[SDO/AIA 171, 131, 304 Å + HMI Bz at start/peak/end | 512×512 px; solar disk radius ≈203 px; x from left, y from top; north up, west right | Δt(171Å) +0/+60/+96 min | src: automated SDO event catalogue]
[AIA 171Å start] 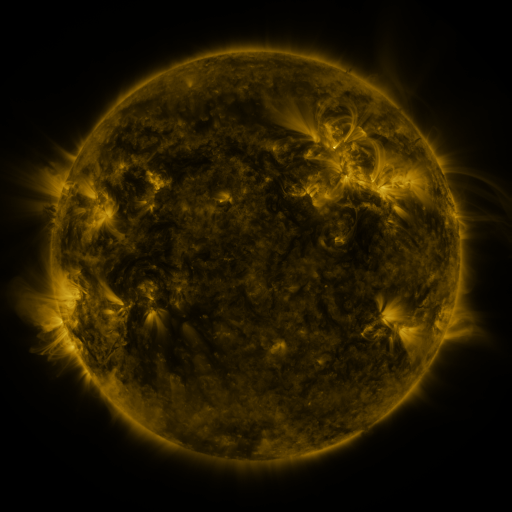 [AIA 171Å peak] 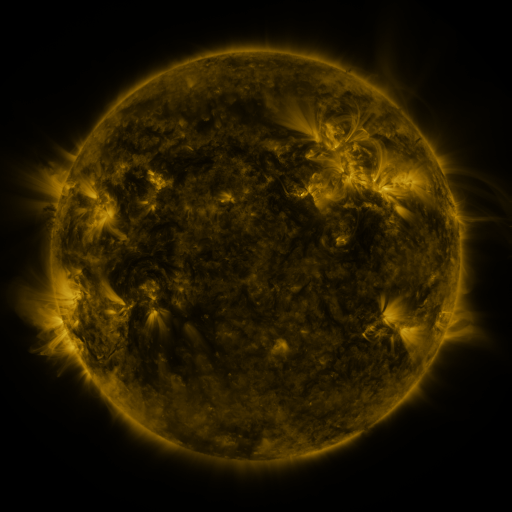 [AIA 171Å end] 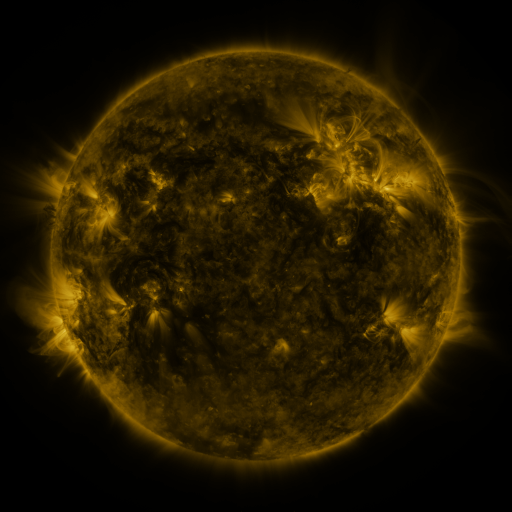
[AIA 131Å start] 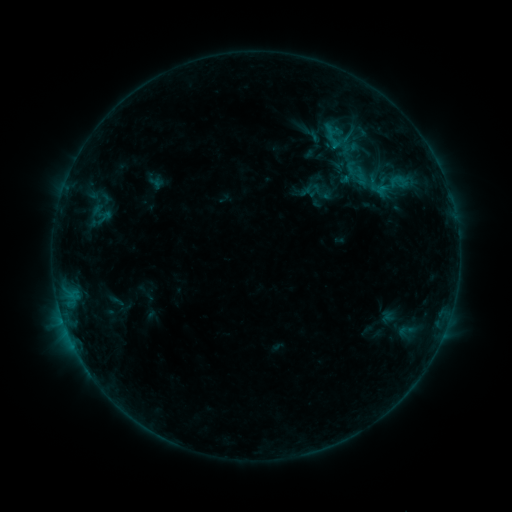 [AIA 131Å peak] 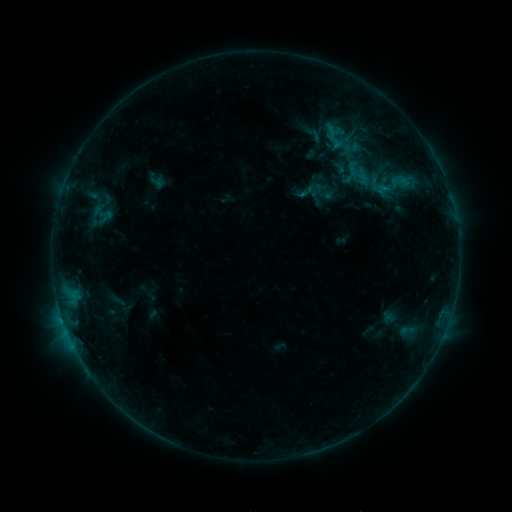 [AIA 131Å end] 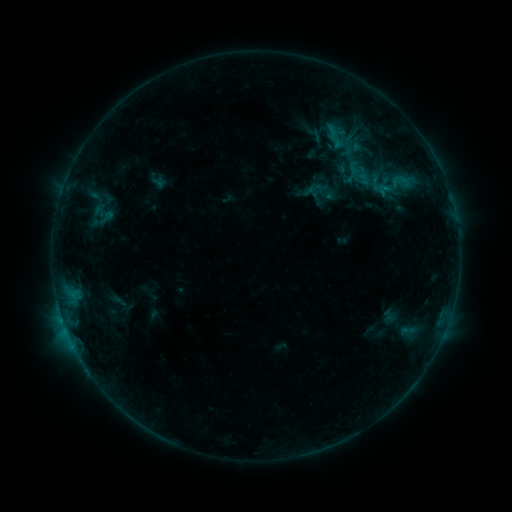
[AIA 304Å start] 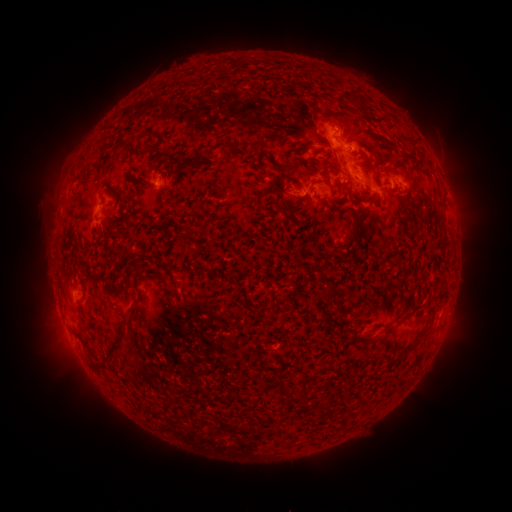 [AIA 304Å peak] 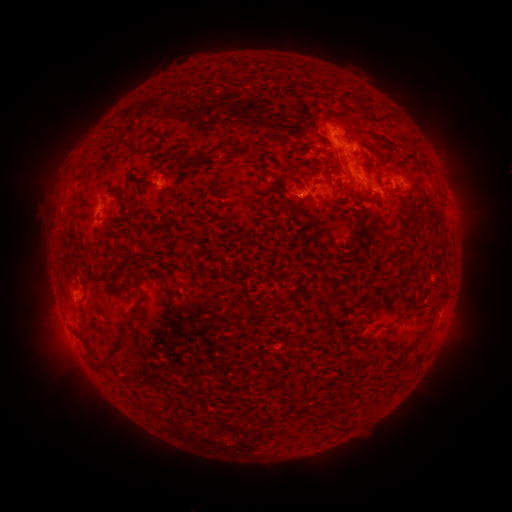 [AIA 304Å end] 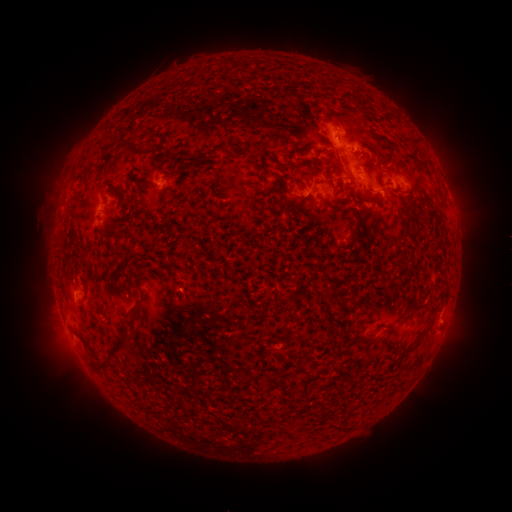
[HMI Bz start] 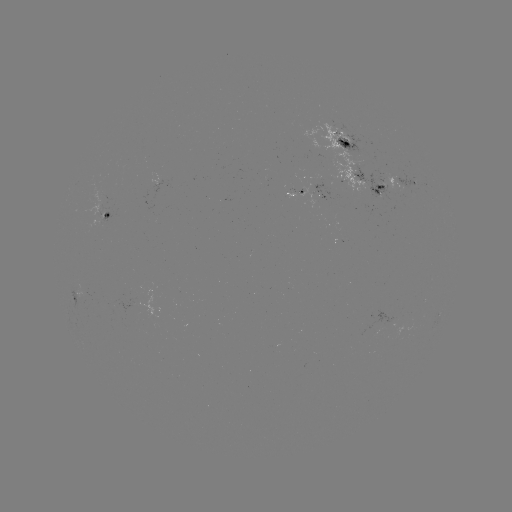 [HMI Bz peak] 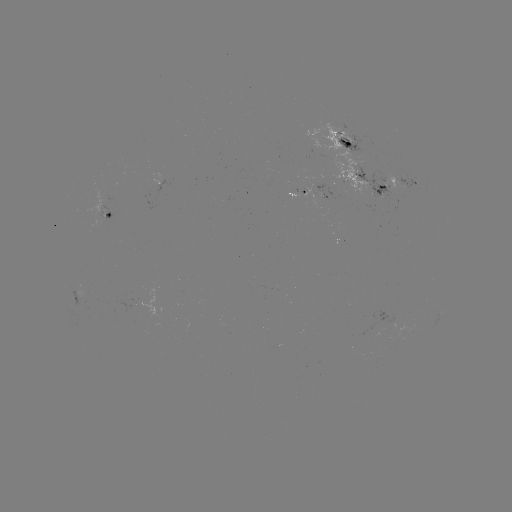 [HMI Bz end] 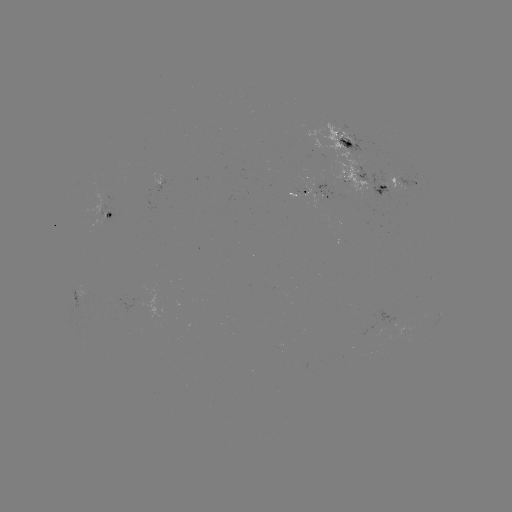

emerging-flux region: [296, 119, 392, 200]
